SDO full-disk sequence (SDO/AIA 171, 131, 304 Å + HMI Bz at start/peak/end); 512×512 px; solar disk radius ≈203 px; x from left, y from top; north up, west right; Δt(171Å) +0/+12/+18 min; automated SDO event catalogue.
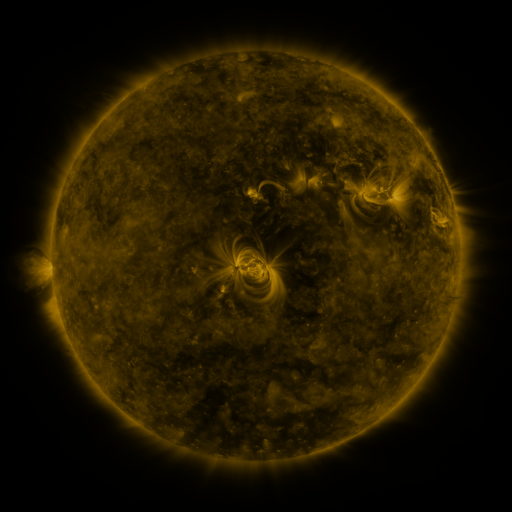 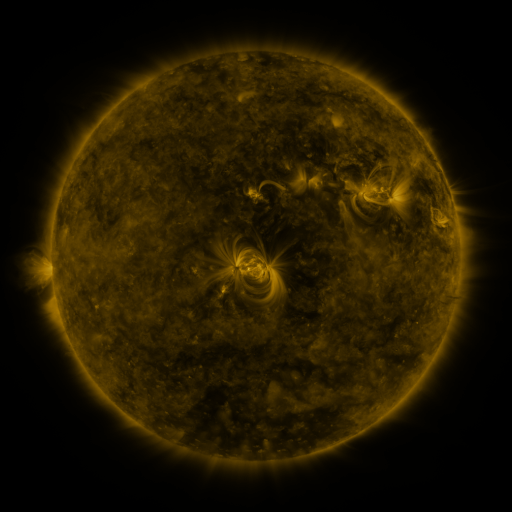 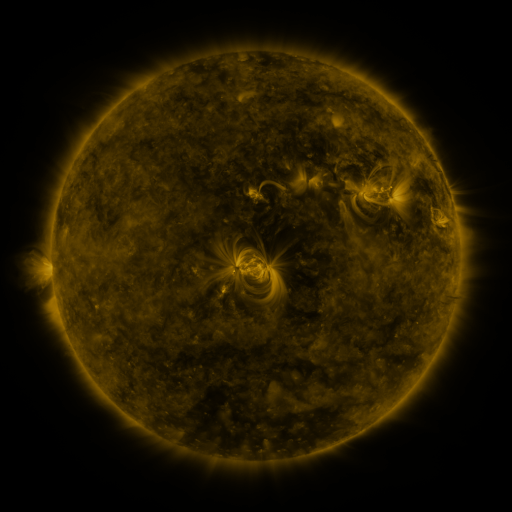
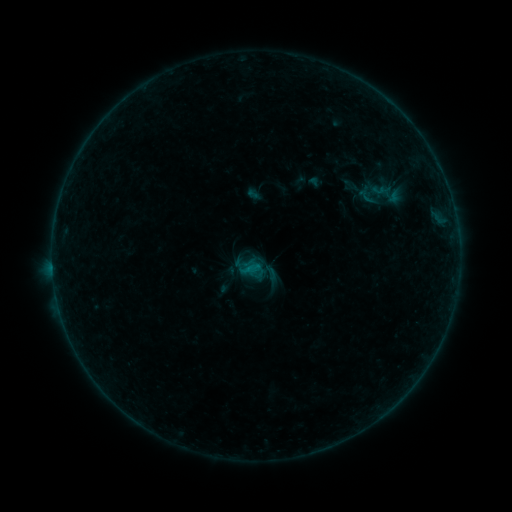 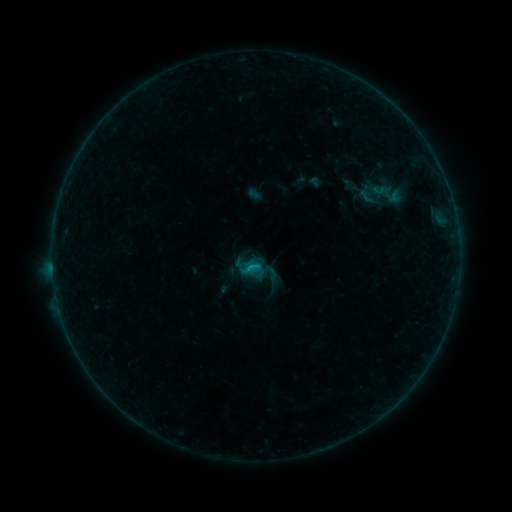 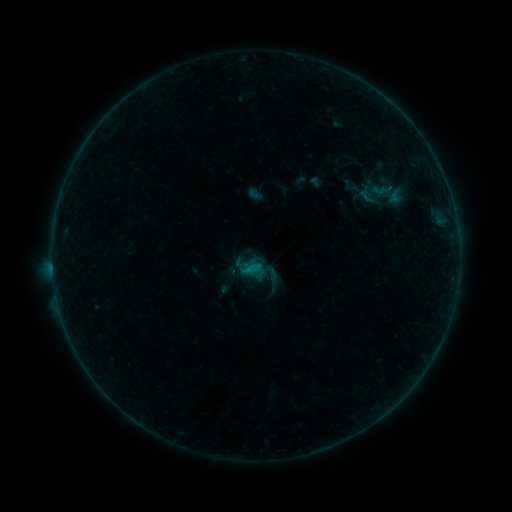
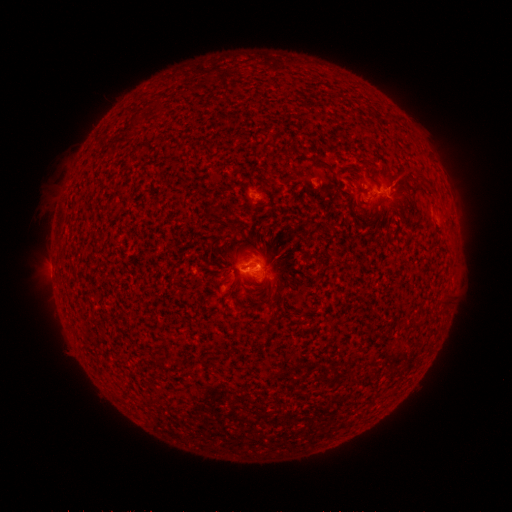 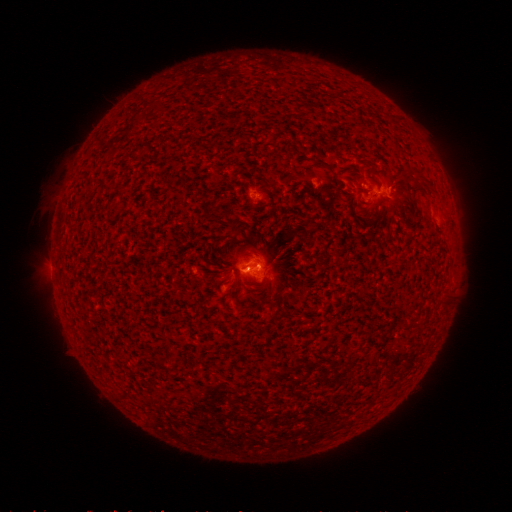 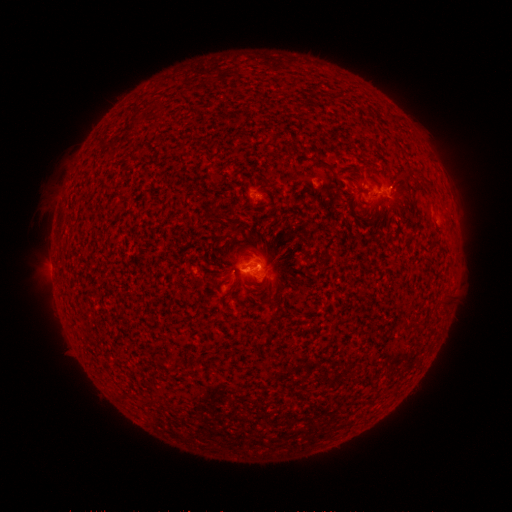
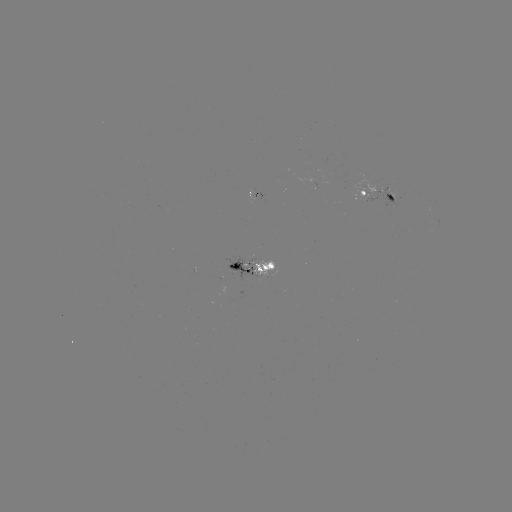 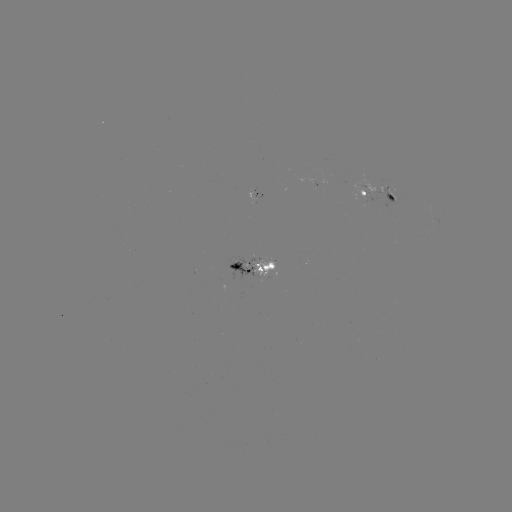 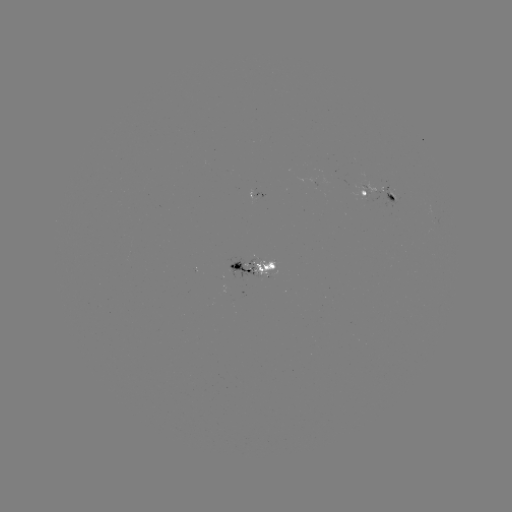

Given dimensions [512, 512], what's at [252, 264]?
B5.0 flare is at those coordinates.